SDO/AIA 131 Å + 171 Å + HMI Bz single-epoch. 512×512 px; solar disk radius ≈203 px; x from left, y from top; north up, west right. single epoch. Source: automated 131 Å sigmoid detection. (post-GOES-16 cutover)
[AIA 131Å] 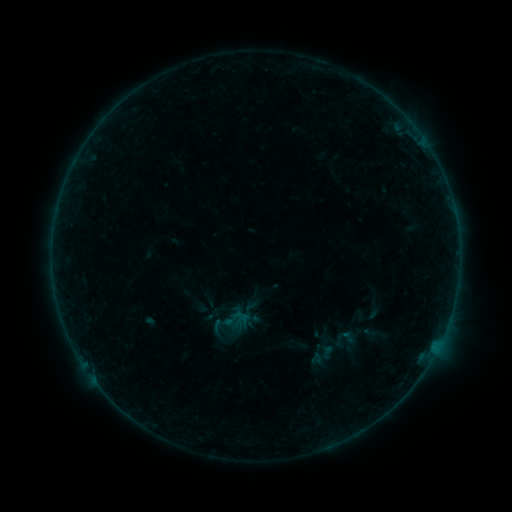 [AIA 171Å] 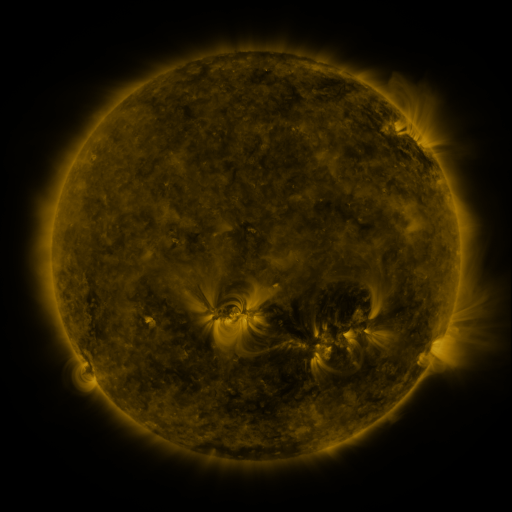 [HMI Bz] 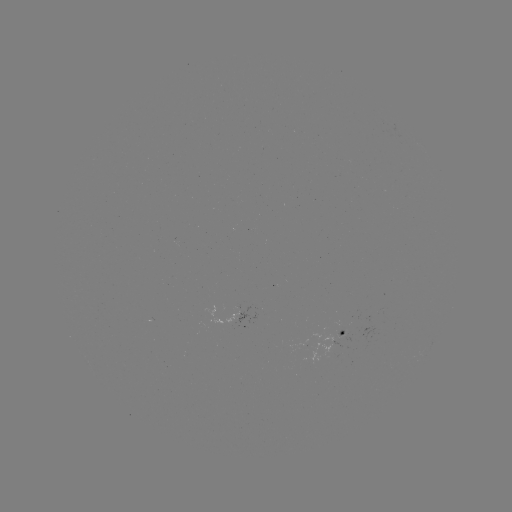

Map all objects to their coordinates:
sigmoid: (214, 315)
sigmoid: (346, 337)
